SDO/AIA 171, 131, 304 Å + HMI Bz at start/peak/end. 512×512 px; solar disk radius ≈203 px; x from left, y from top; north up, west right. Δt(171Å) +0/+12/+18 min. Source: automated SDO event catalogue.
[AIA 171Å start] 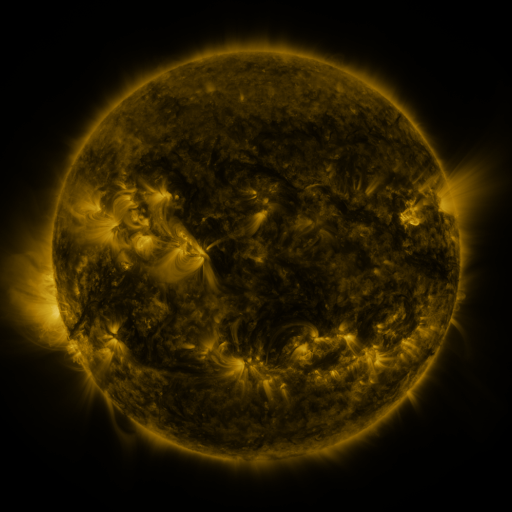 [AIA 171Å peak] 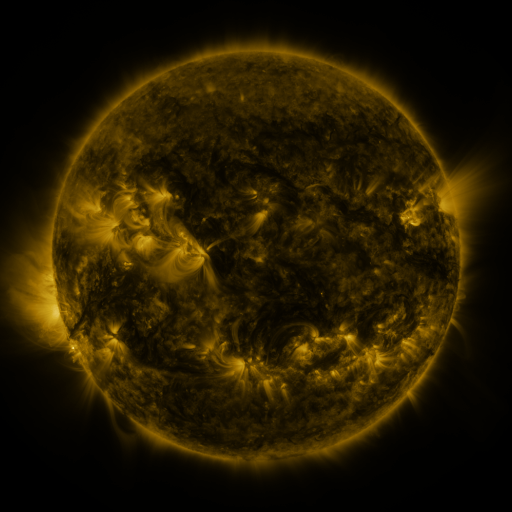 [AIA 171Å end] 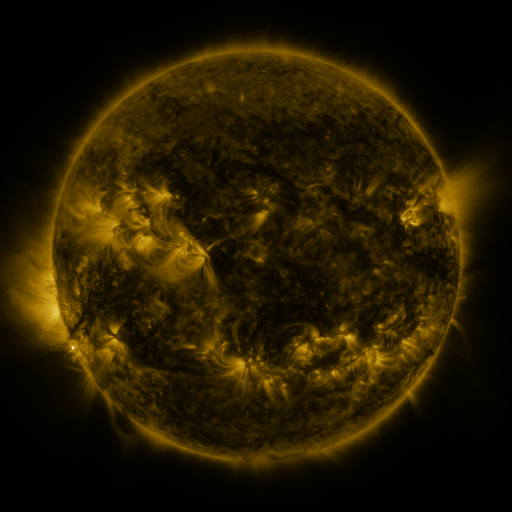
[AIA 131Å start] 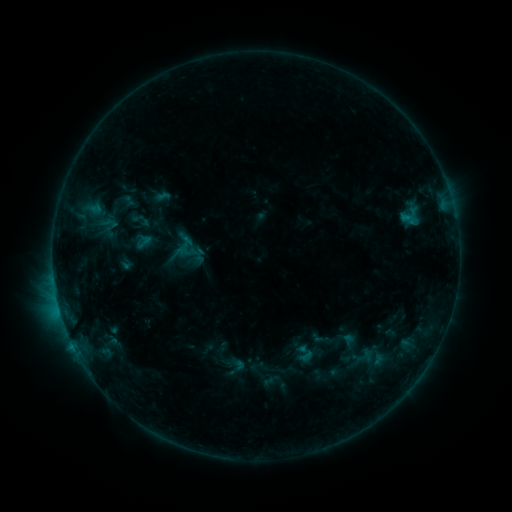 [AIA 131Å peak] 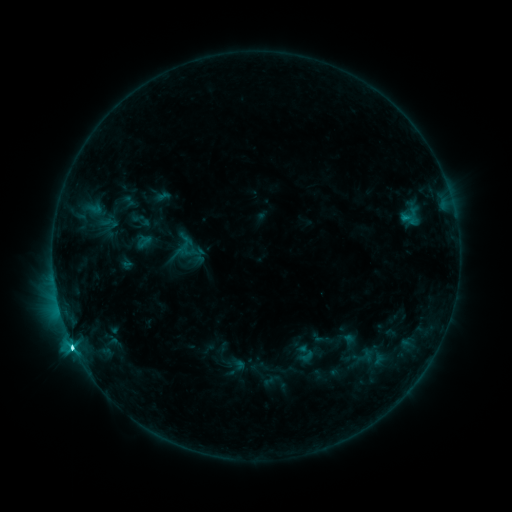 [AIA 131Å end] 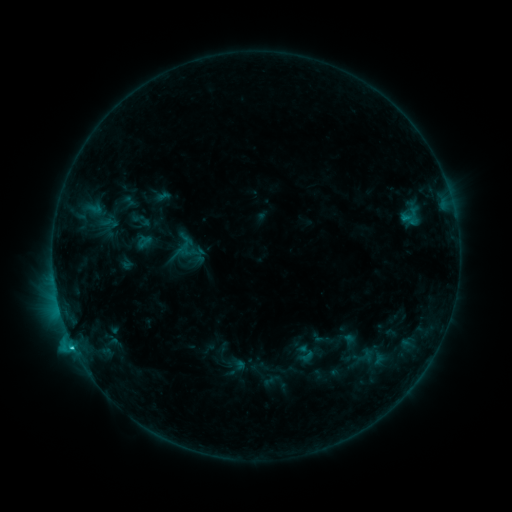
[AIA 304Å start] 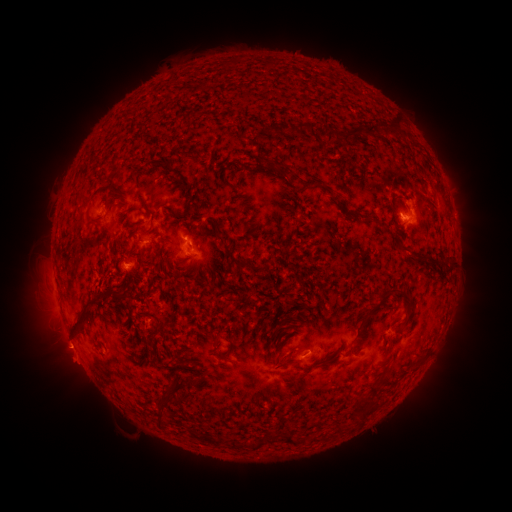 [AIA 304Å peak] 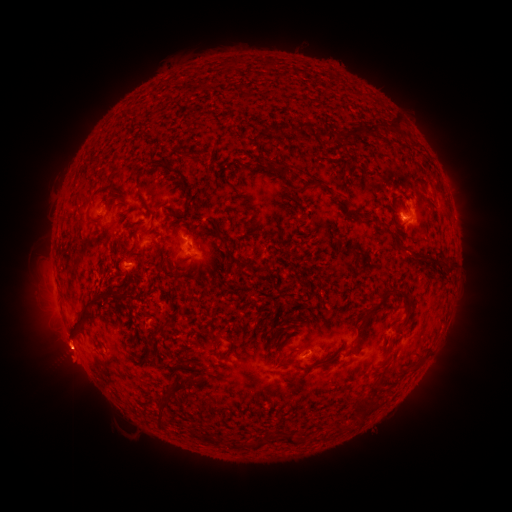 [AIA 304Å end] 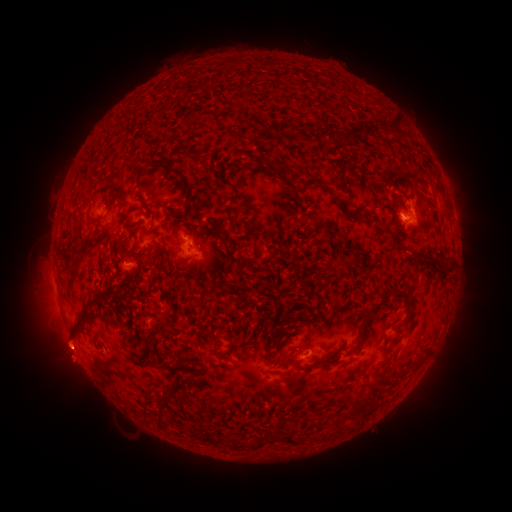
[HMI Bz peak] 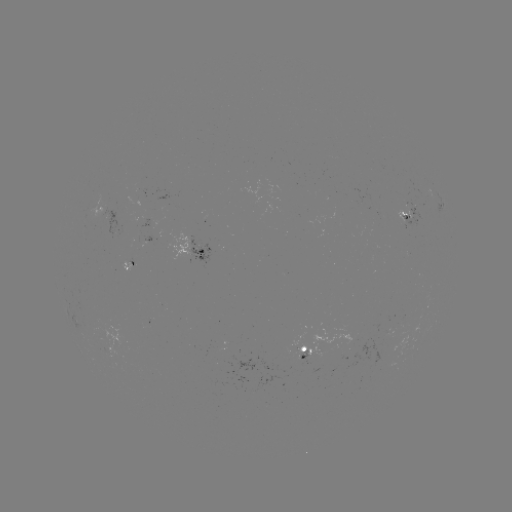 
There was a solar flare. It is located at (73, 345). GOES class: C4.0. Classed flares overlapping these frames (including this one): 1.